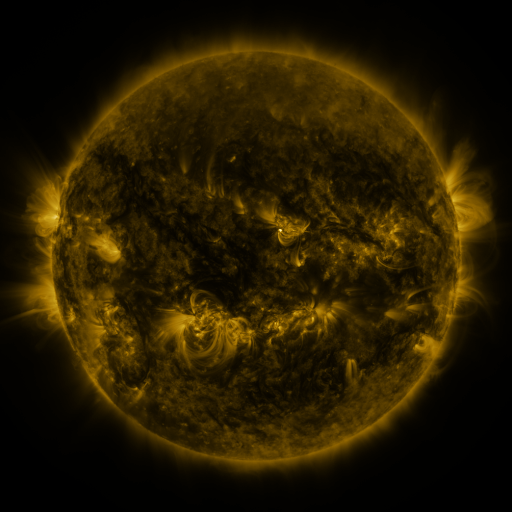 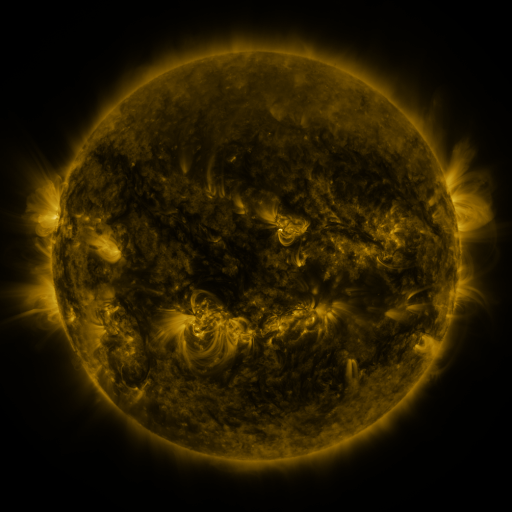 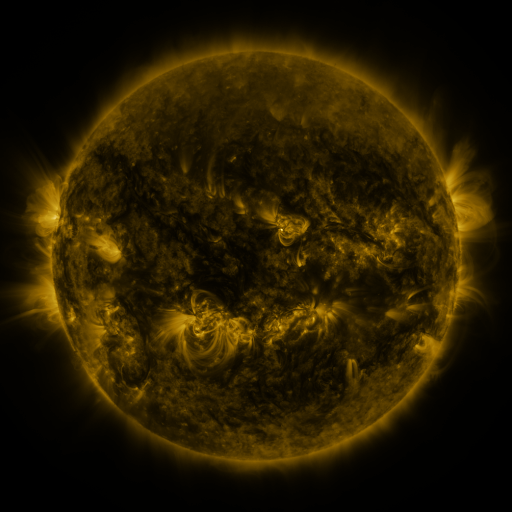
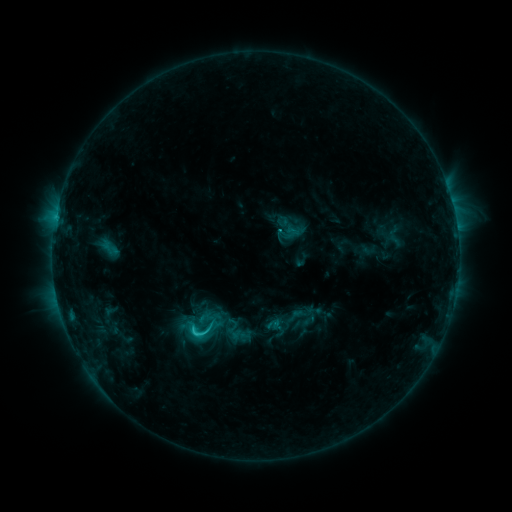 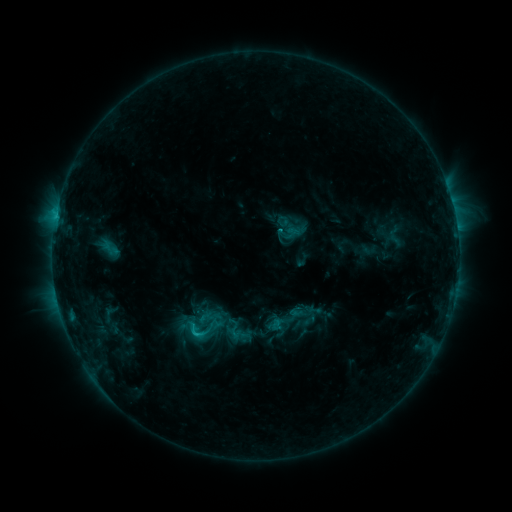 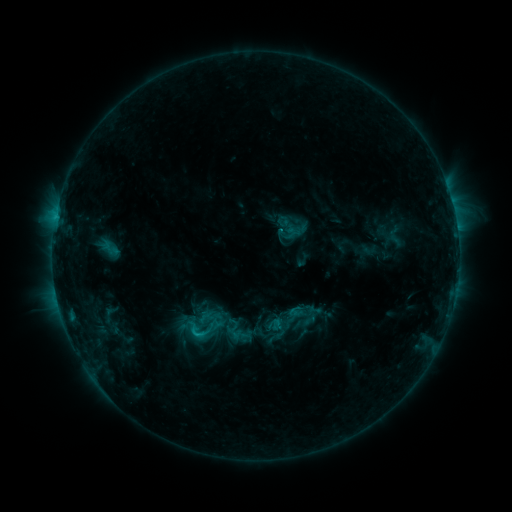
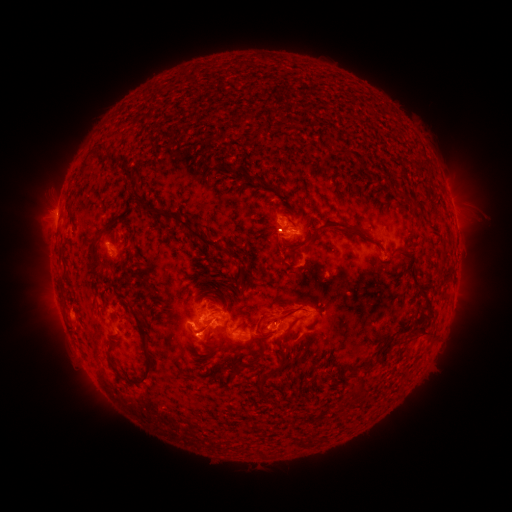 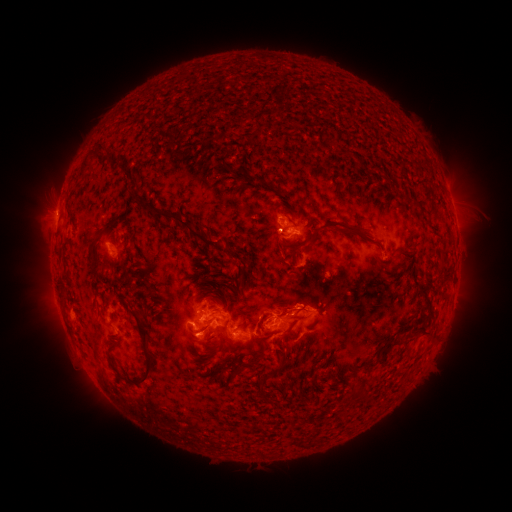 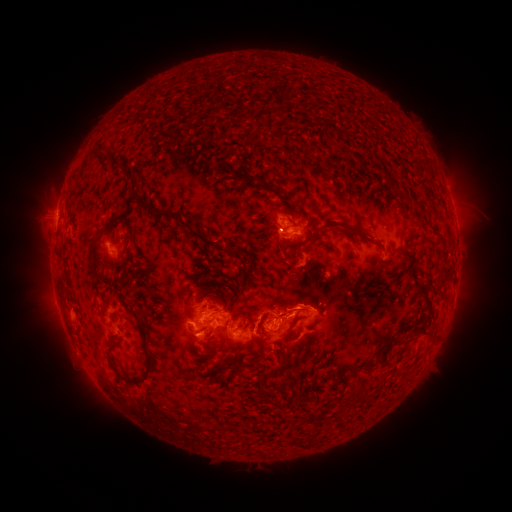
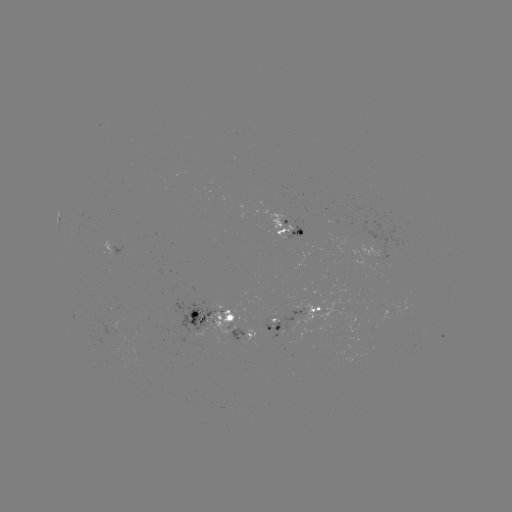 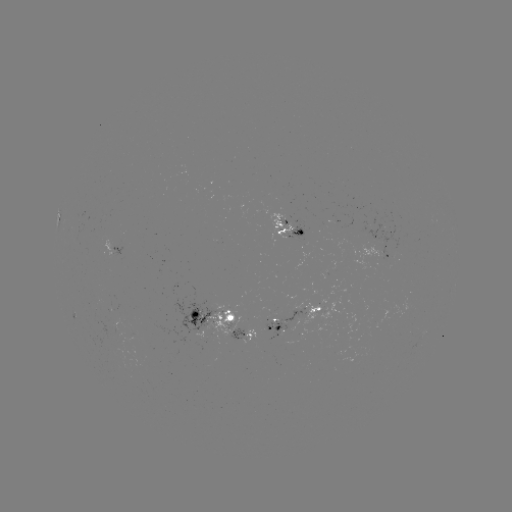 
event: eruption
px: (279, 335)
